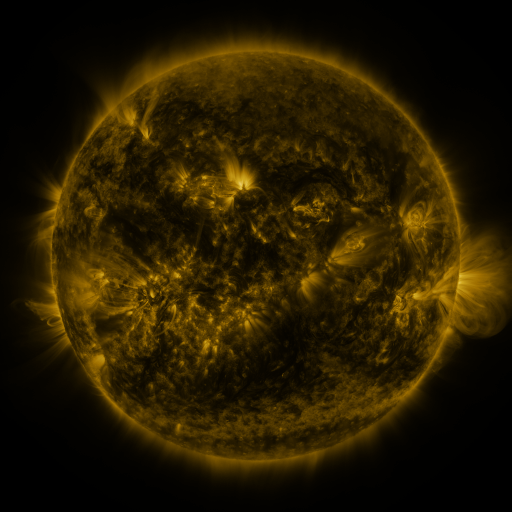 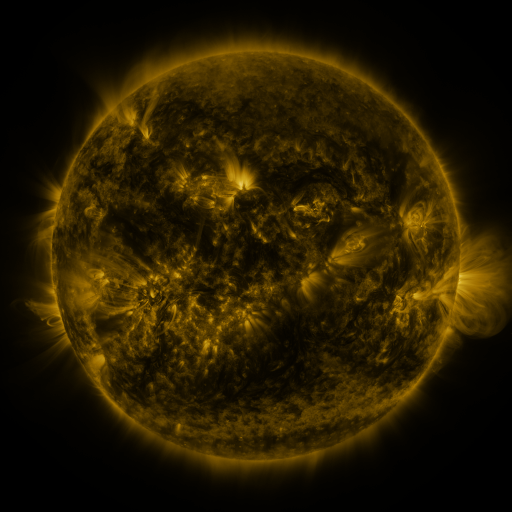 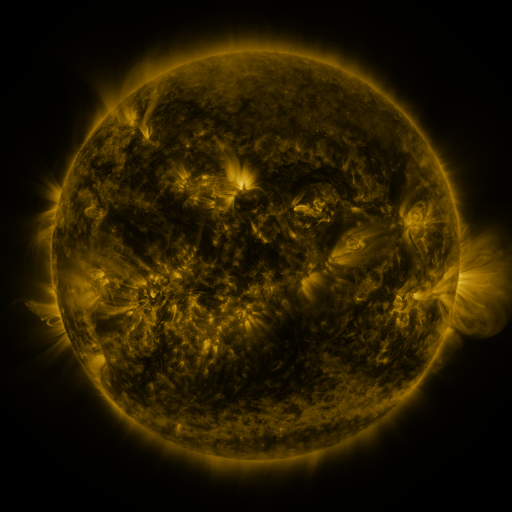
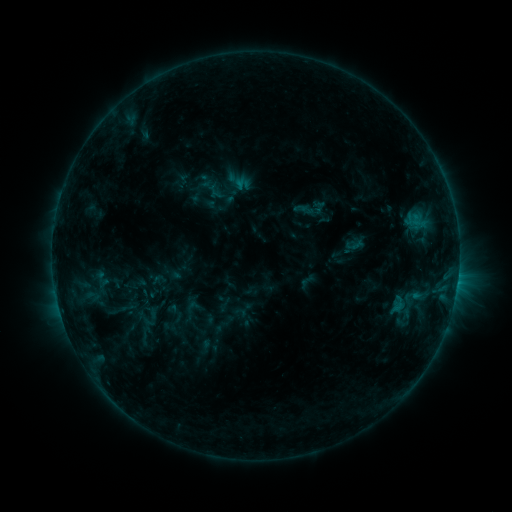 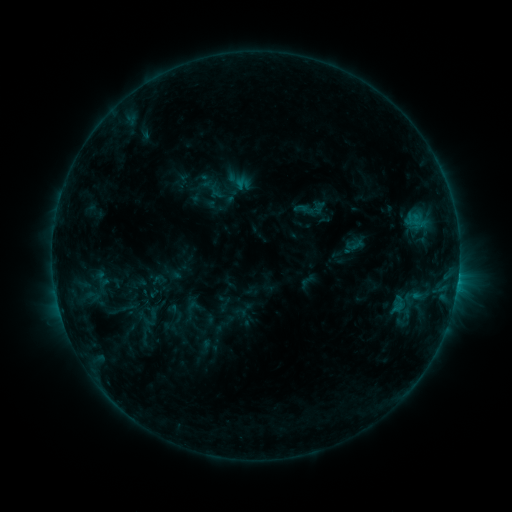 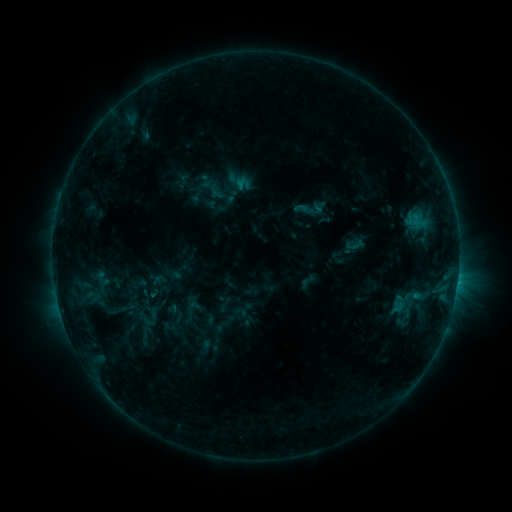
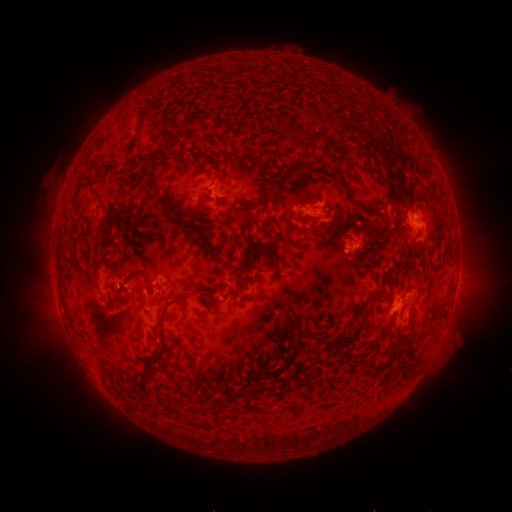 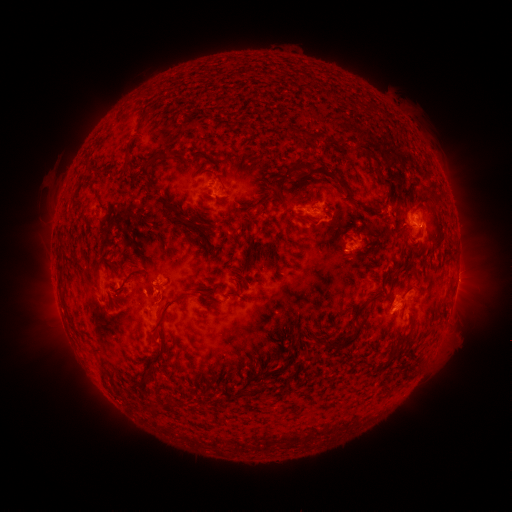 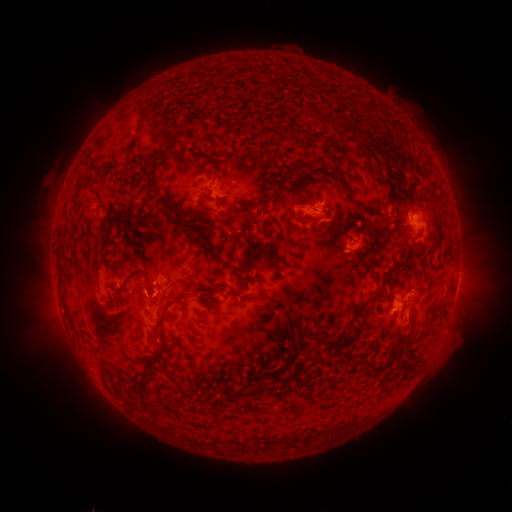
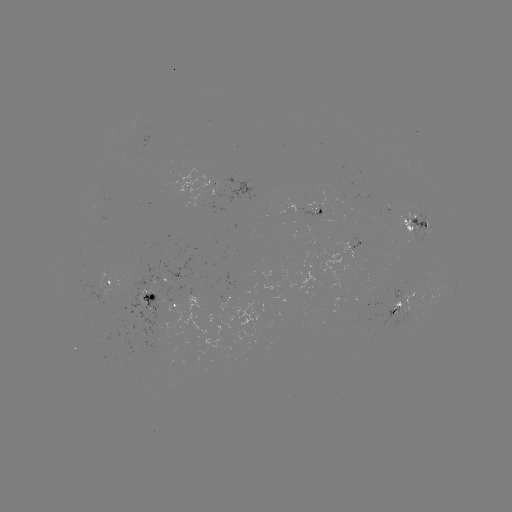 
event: eruption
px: (466, 280)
